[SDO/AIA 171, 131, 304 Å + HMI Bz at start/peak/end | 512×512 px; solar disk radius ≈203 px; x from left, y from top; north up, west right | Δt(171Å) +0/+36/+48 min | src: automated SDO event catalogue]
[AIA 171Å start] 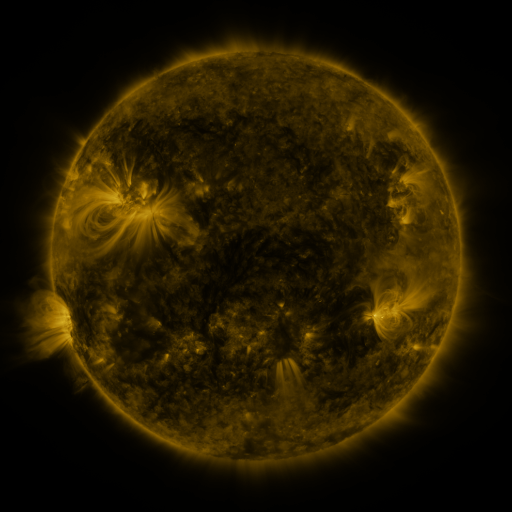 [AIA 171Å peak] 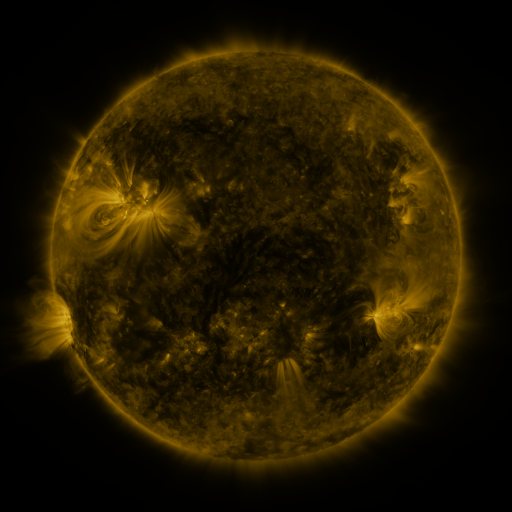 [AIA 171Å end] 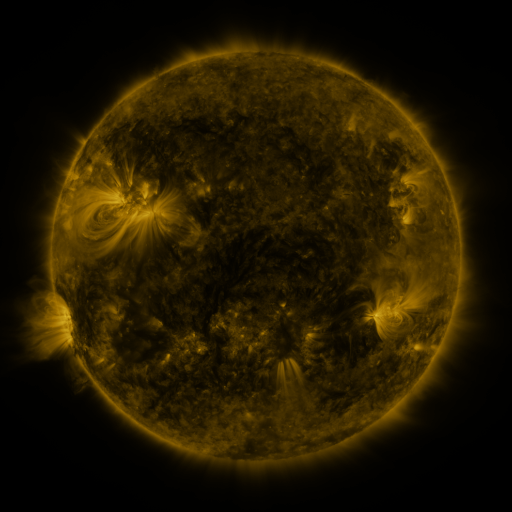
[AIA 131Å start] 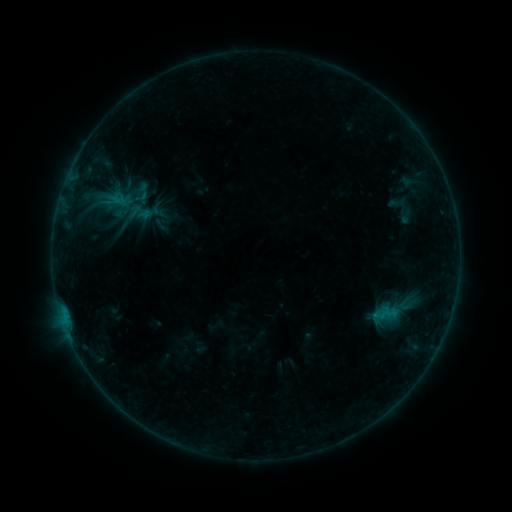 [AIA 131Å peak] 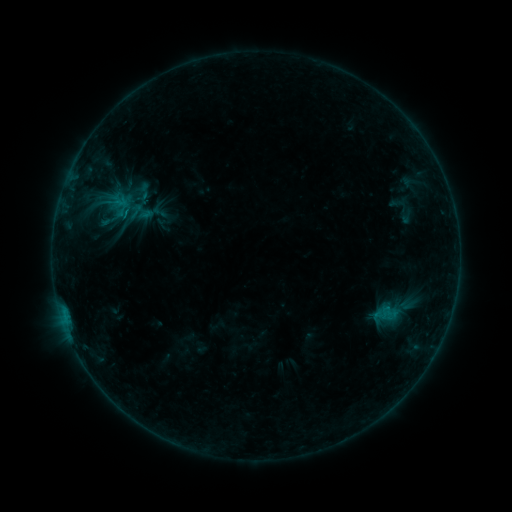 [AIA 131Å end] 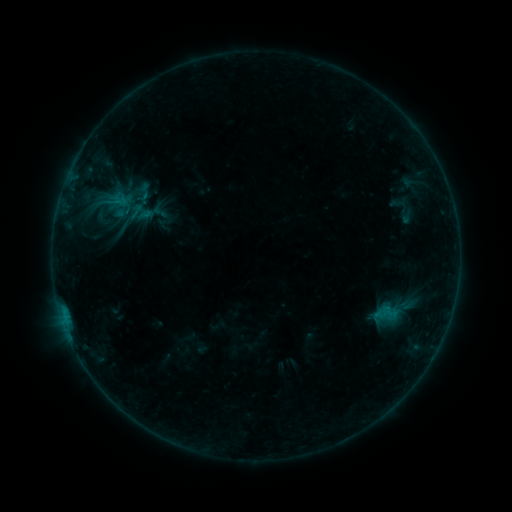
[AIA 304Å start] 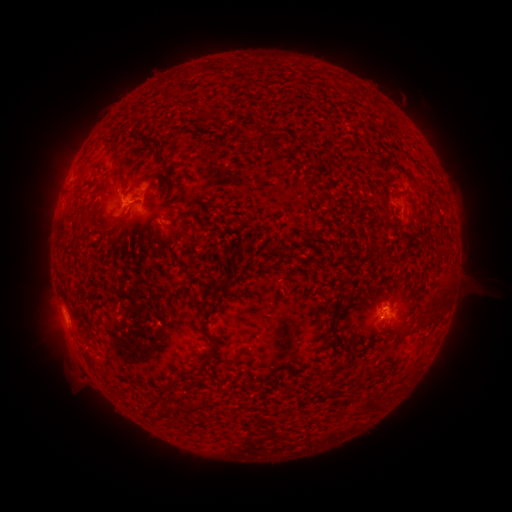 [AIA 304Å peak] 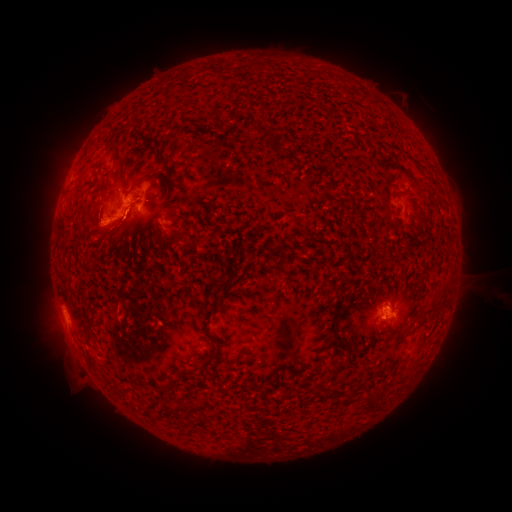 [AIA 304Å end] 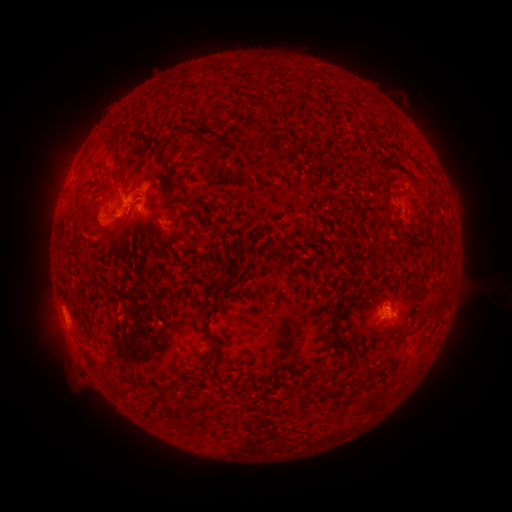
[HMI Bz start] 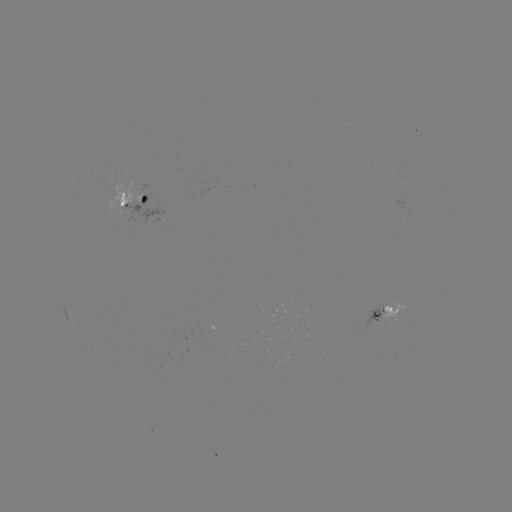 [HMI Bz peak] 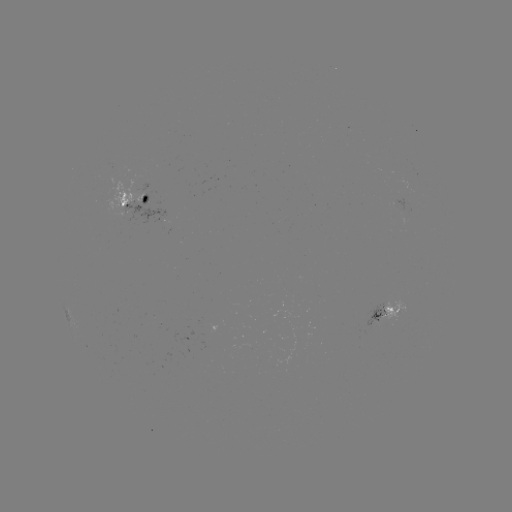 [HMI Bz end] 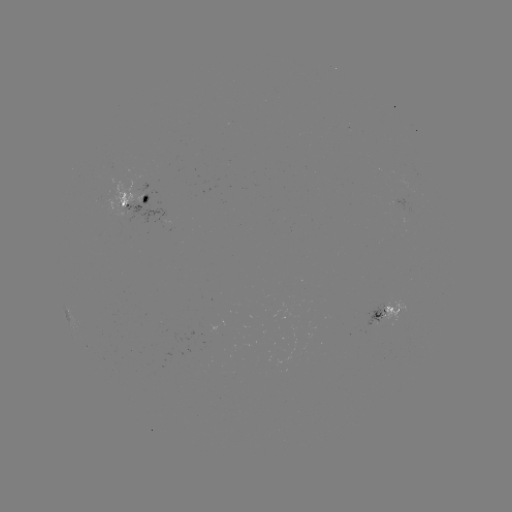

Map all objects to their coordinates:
B8.3 flare: (128, 213)
